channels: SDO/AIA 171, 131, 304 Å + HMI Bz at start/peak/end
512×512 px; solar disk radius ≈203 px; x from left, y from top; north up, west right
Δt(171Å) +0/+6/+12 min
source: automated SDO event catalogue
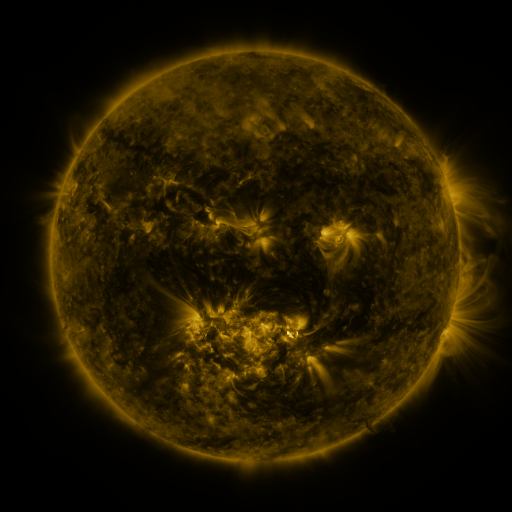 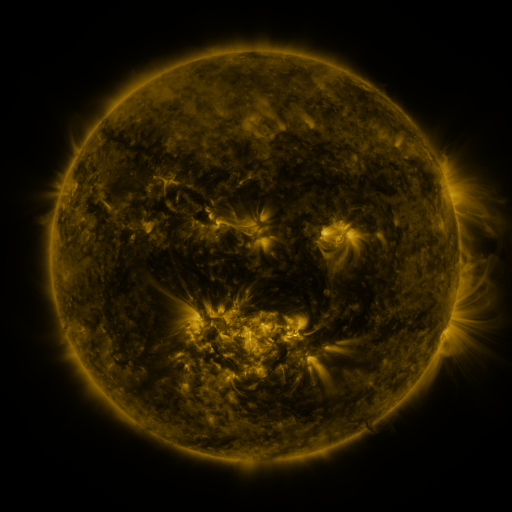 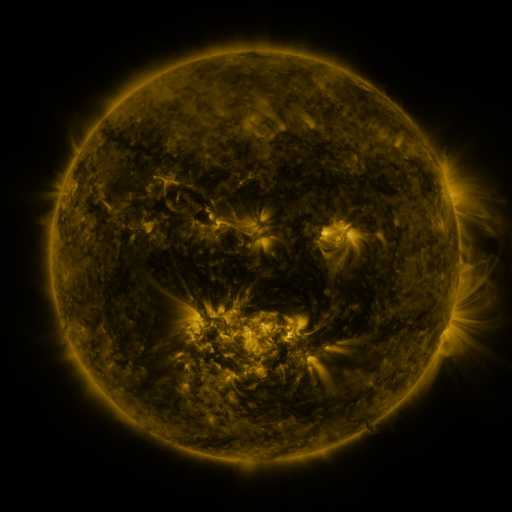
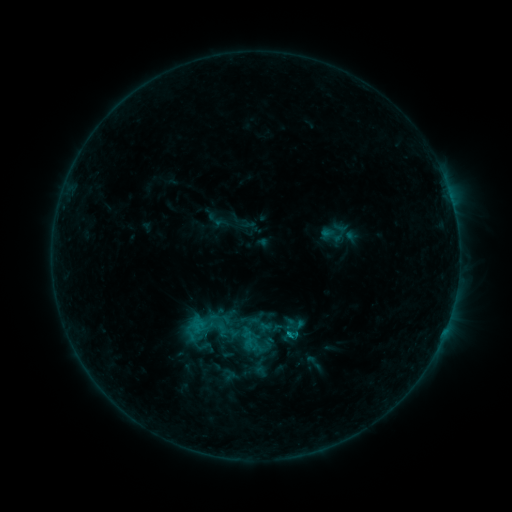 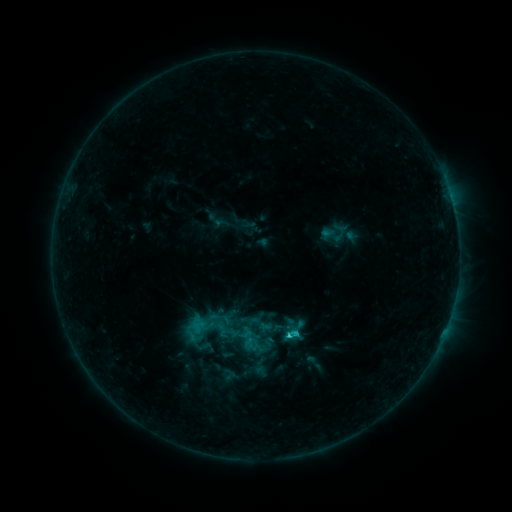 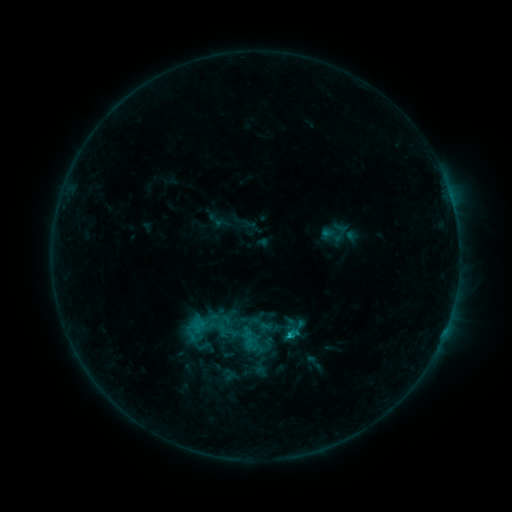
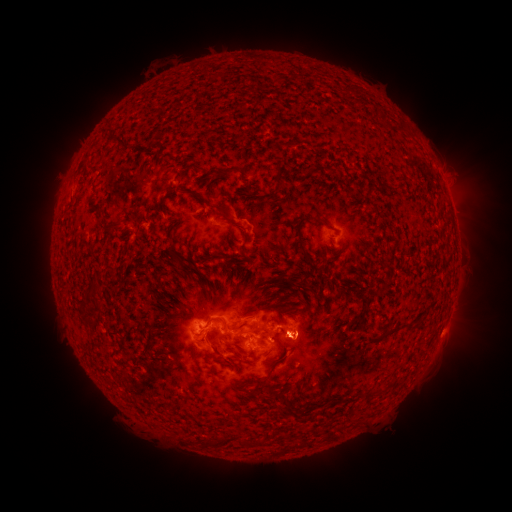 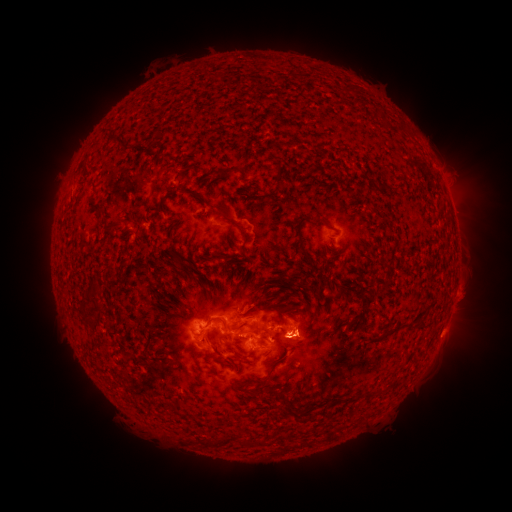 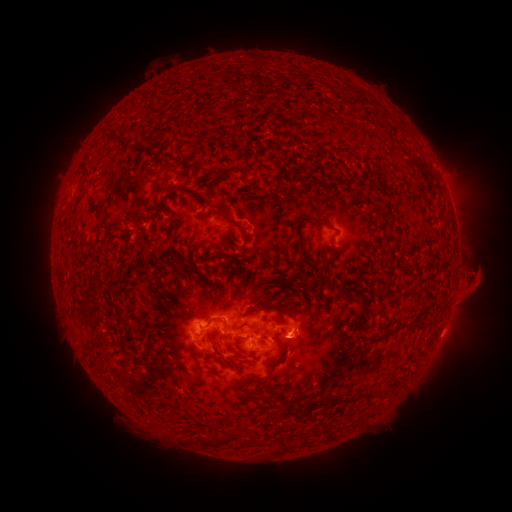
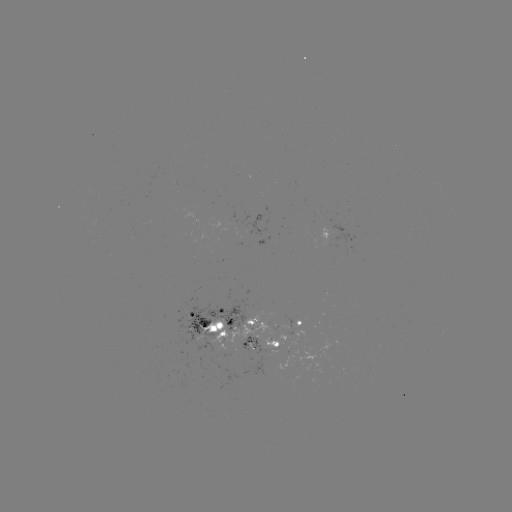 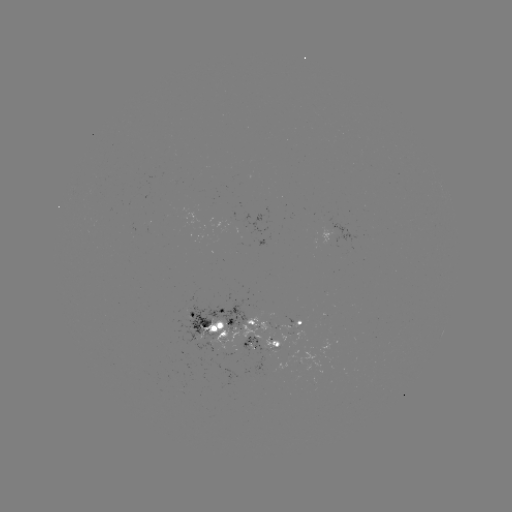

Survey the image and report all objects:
eruption: (310, 338)
